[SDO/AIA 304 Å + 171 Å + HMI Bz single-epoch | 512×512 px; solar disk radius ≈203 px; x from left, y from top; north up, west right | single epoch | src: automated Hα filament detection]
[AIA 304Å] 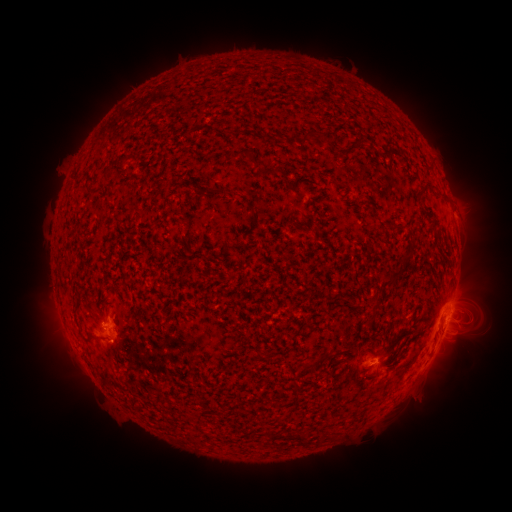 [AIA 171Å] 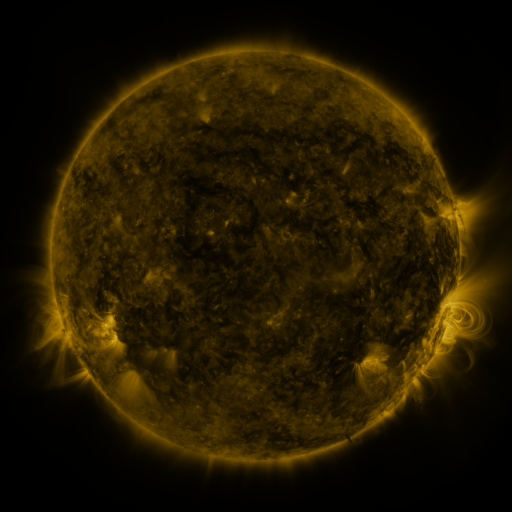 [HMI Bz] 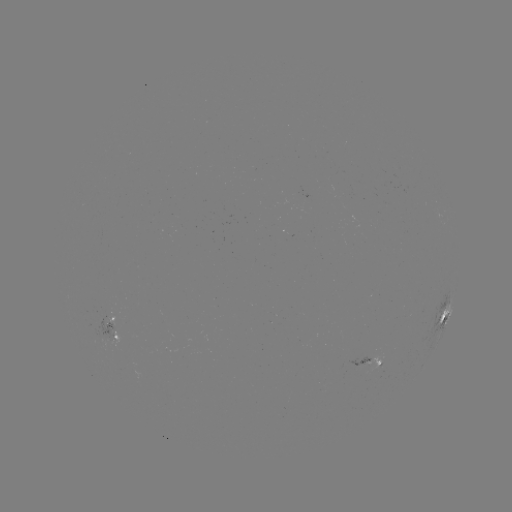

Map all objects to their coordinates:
filament: (311, 130, 324, 141)
filament: (275, 168, 286, 176)
filament: (400, 253, 415, 264)
filament: (377, 270, 402, 291)
filament: (366, 304, 378, 324)
filament: (300, 362, 313, 371)
